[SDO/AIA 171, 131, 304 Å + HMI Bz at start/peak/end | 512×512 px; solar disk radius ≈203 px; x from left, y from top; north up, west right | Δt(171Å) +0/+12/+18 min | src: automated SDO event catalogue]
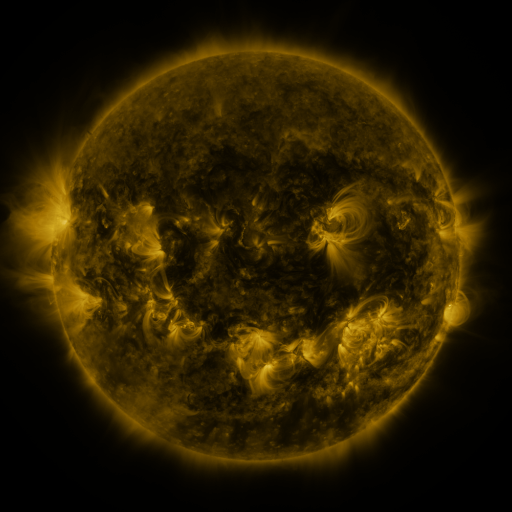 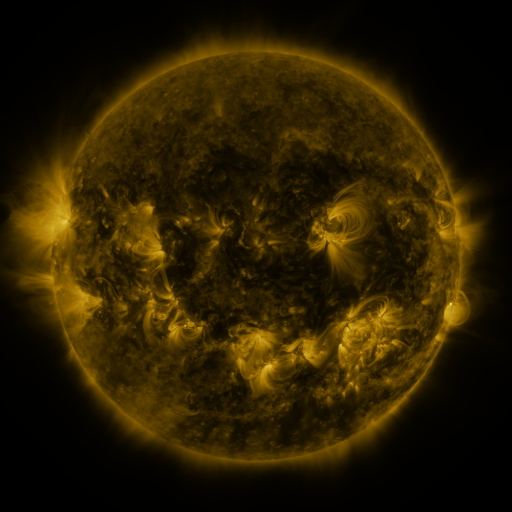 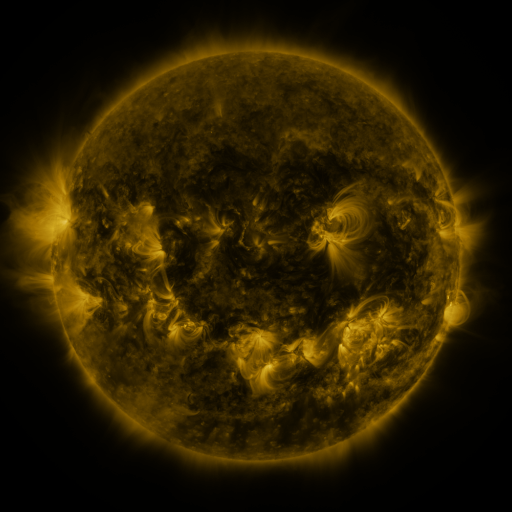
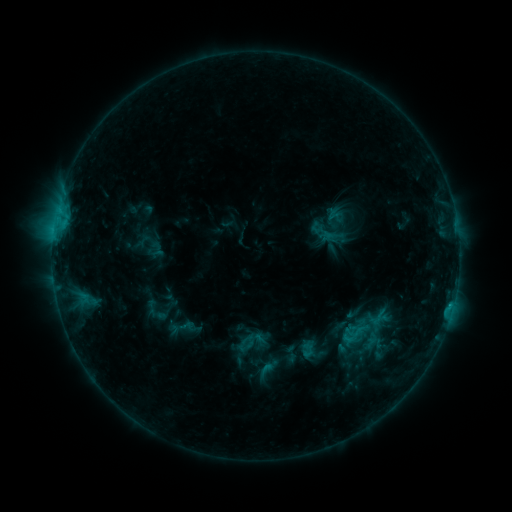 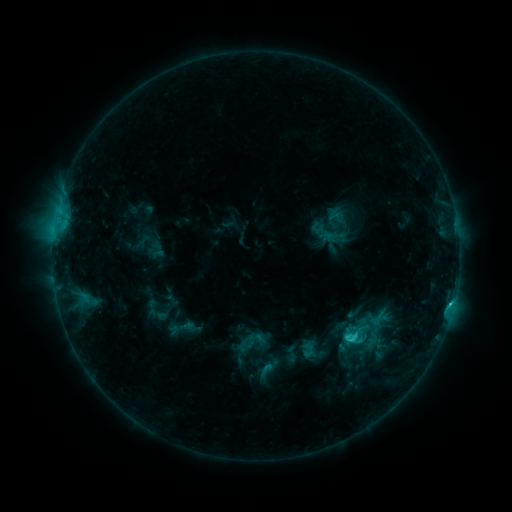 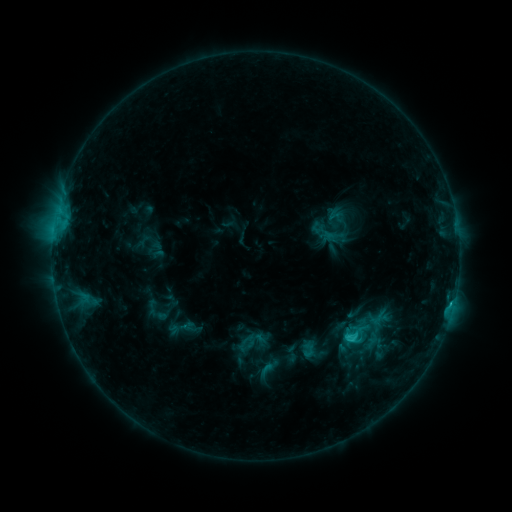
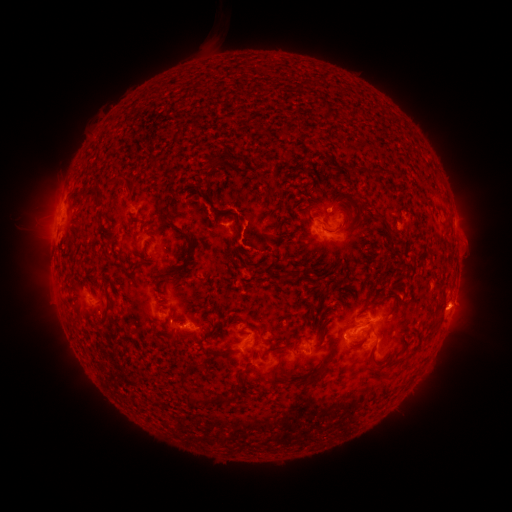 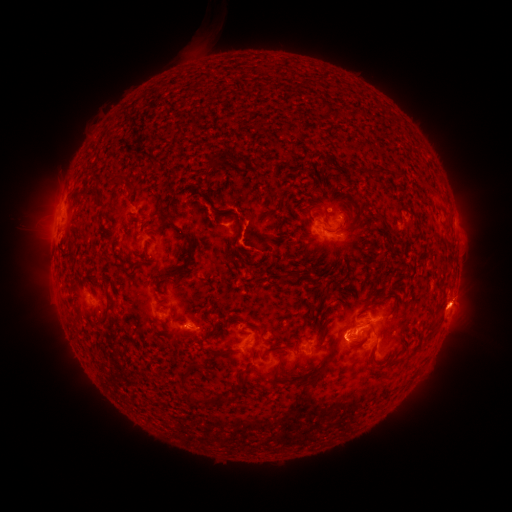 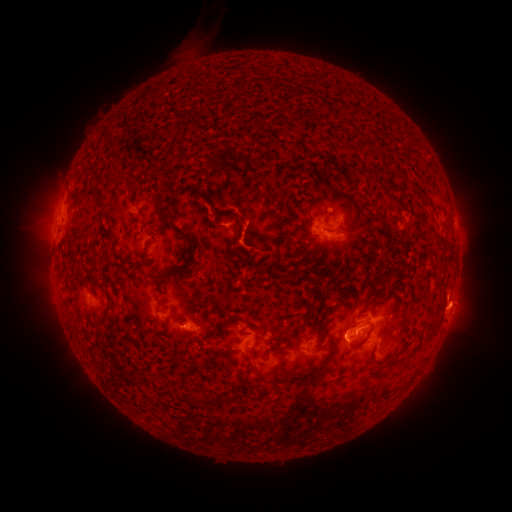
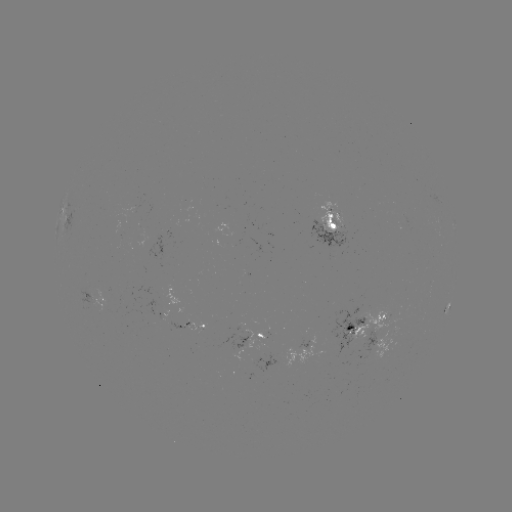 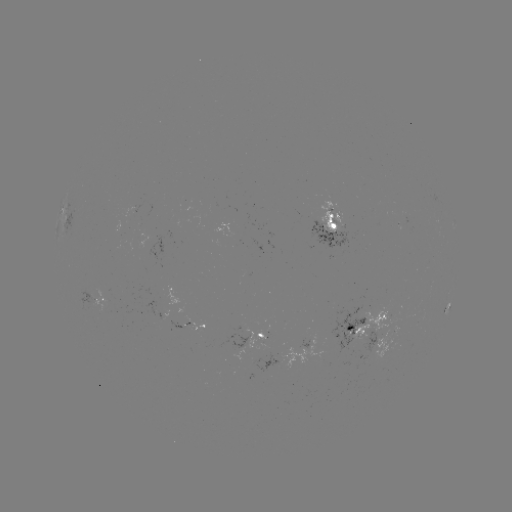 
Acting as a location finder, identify C2.5 flare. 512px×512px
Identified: (350, 336).